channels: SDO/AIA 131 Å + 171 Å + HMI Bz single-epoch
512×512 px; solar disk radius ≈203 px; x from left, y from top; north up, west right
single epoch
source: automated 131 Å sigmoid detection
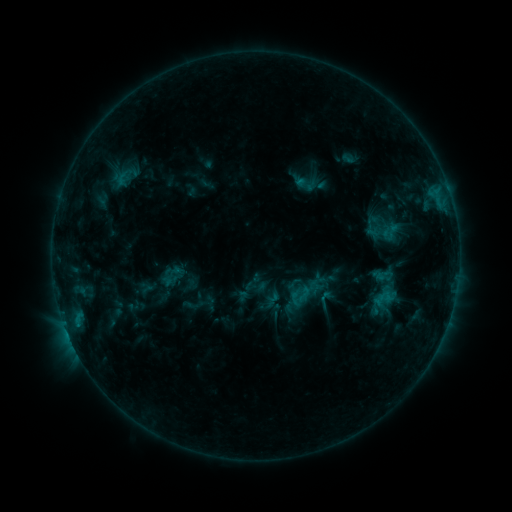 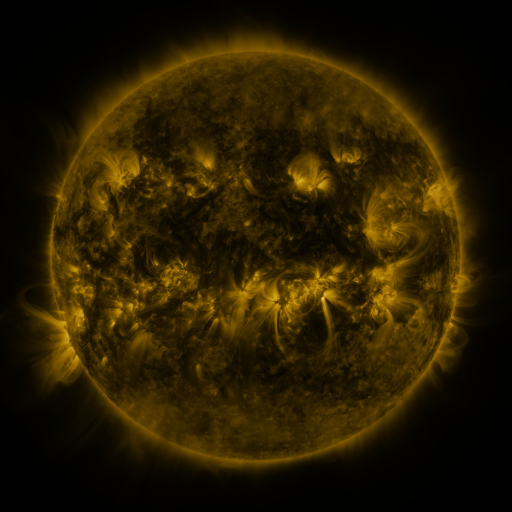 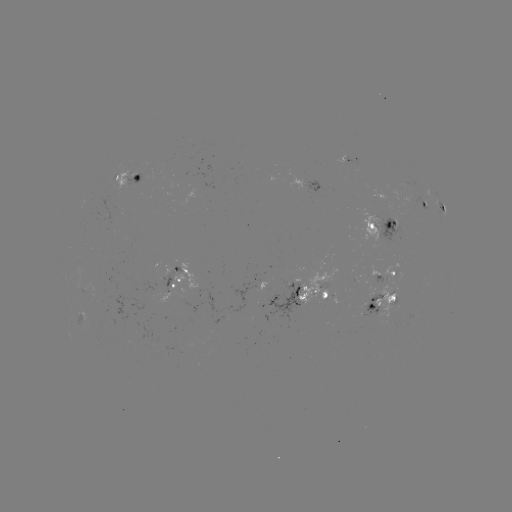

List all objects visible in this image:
sigmoid: (305, 184)
sigmoid: (304, 294)
